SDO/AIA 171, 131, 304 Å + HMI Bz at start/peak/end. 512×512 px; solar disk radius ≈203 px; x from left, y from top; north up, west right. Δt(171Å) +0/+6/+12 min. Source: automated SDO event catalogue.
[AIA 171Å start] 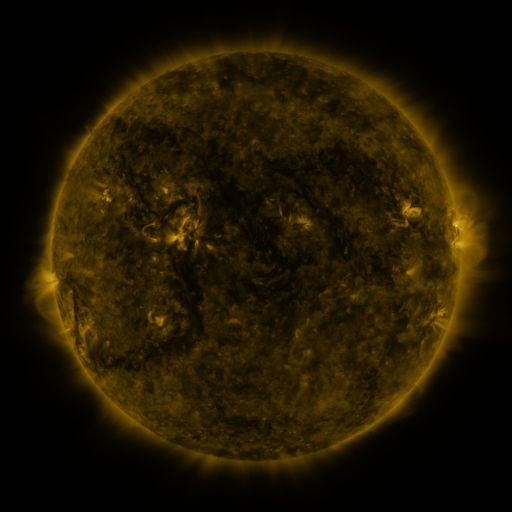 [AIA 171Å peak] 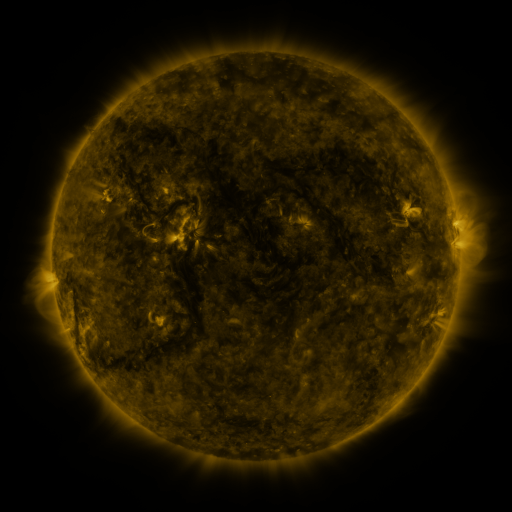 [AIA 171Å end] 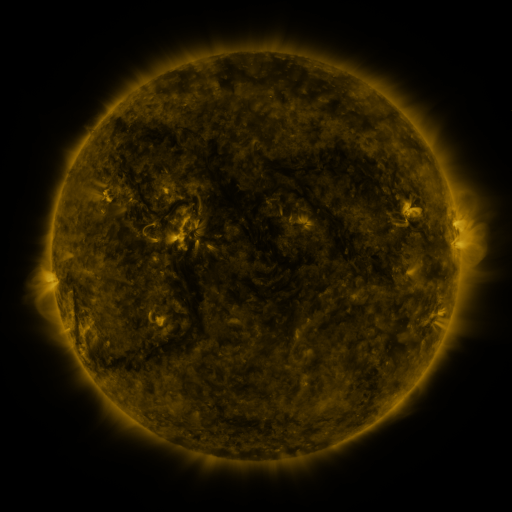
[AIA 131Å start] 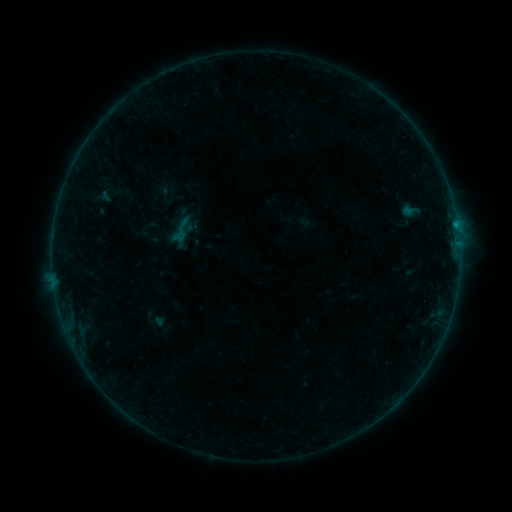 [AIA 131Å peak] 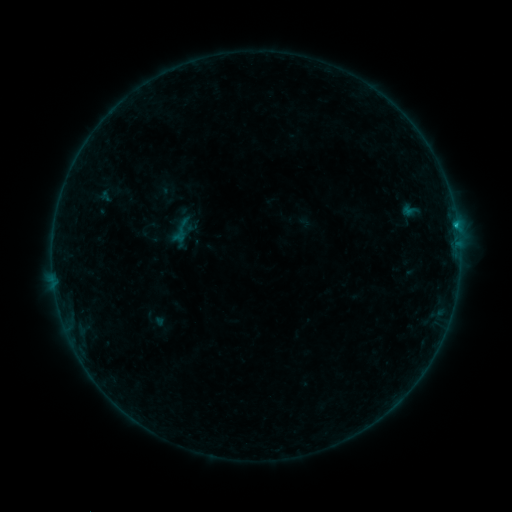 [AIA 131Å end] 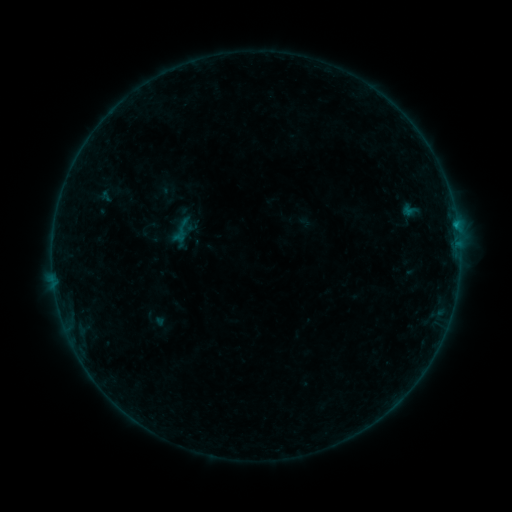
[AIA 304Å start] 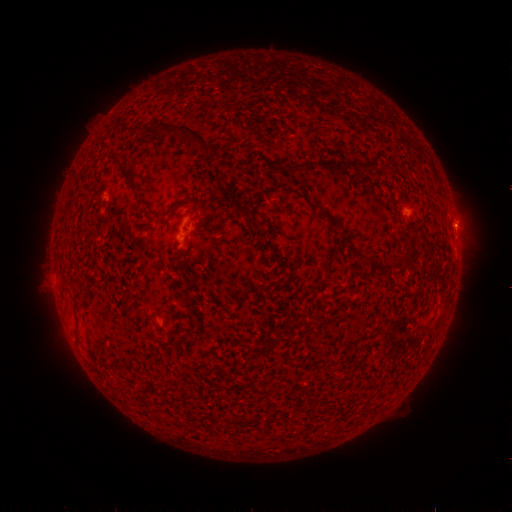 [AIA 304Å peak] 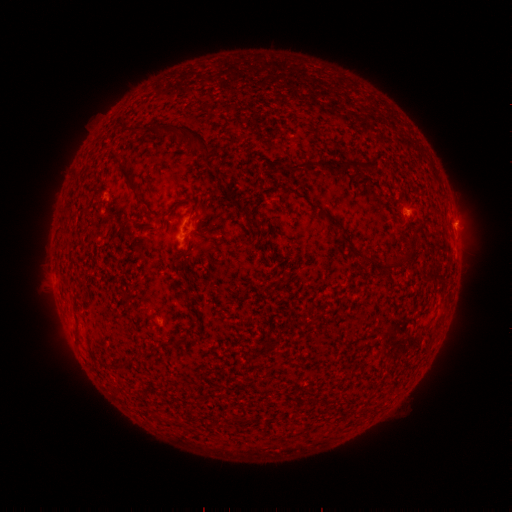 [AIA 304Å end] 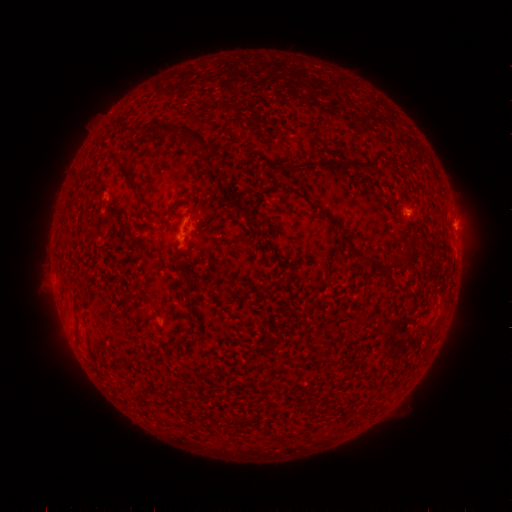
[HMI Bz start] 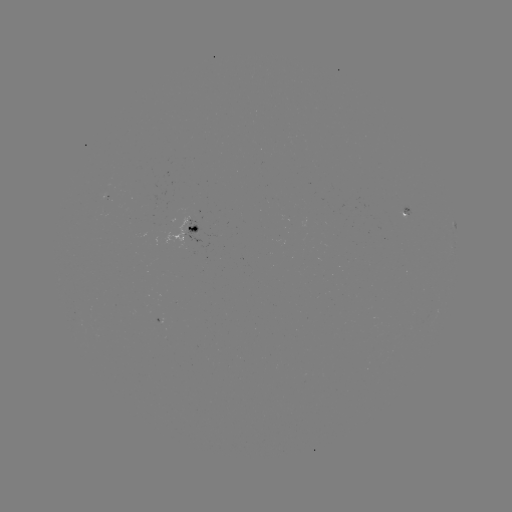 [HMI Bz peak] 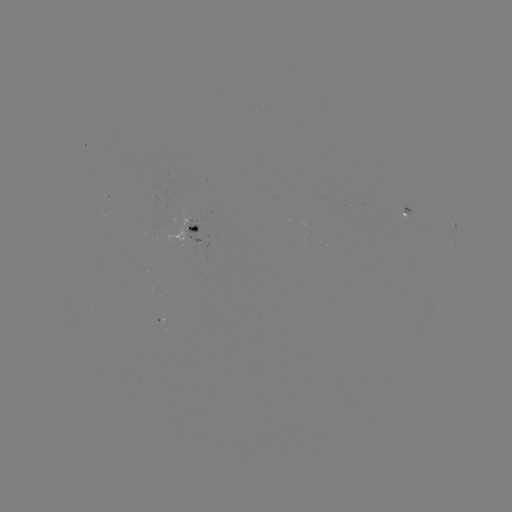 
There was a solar flare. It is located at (456, 228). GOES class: B3.2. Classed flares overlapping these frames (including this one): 1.